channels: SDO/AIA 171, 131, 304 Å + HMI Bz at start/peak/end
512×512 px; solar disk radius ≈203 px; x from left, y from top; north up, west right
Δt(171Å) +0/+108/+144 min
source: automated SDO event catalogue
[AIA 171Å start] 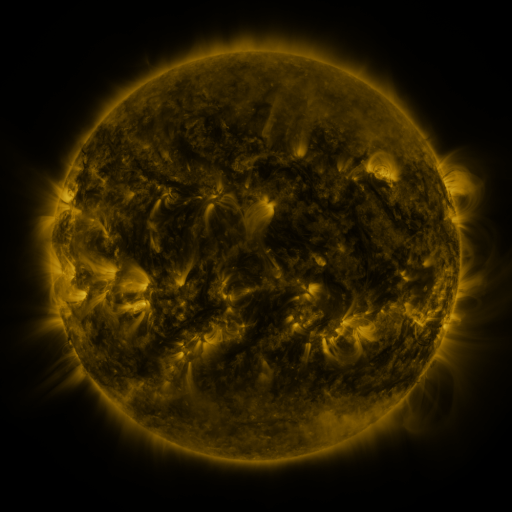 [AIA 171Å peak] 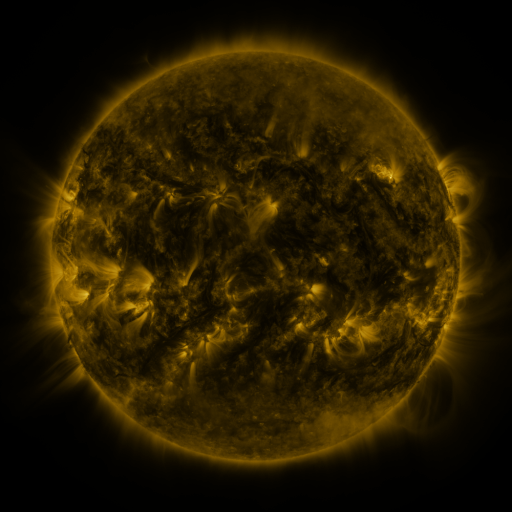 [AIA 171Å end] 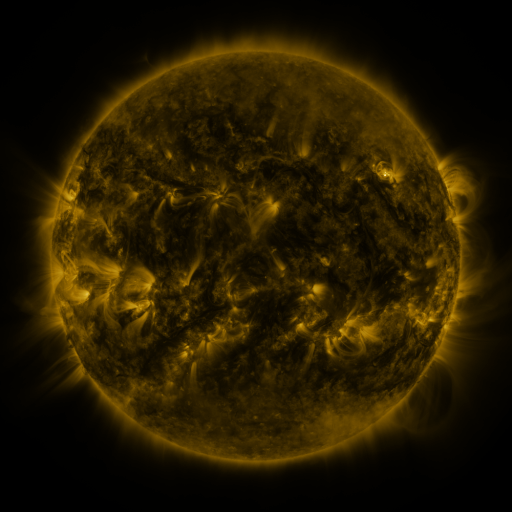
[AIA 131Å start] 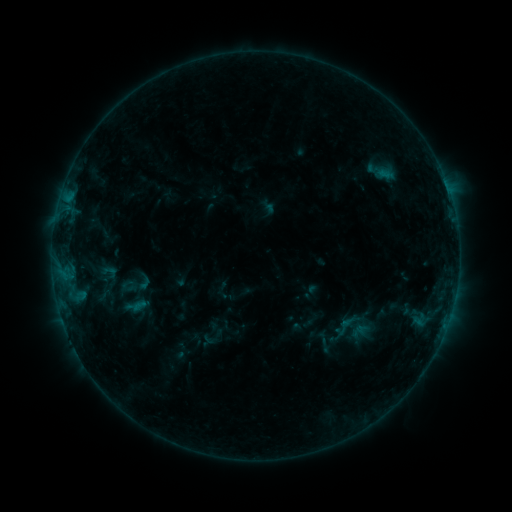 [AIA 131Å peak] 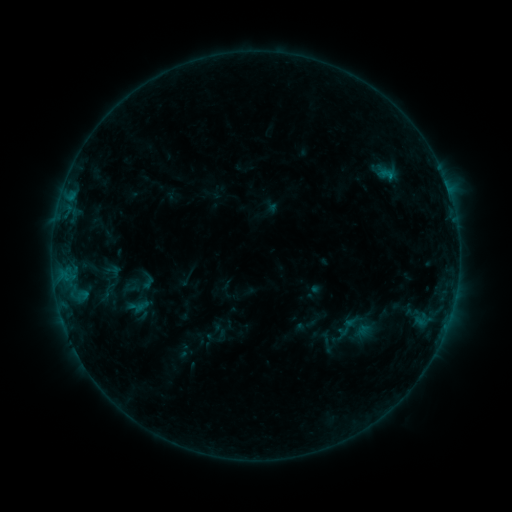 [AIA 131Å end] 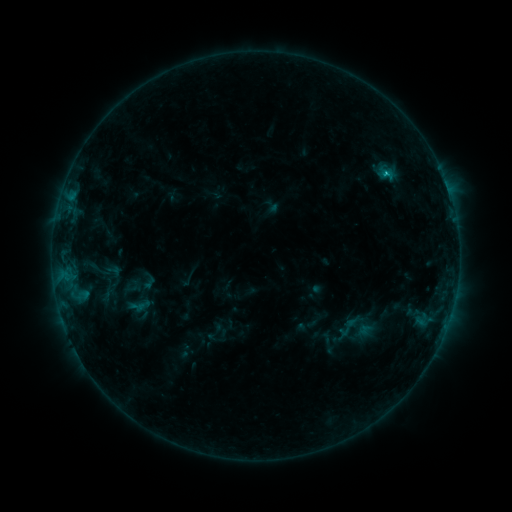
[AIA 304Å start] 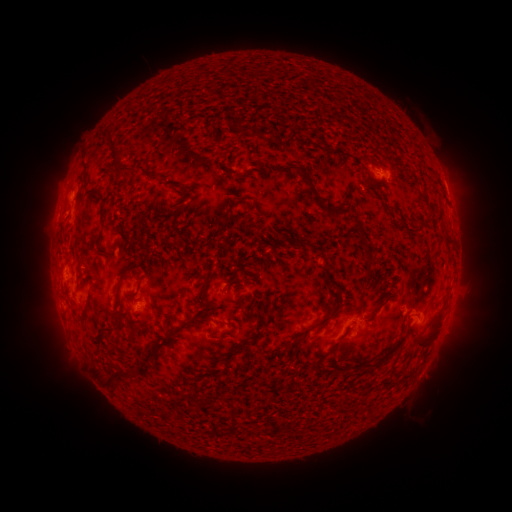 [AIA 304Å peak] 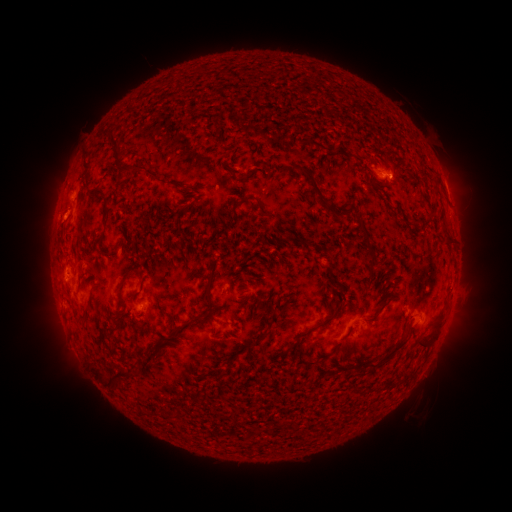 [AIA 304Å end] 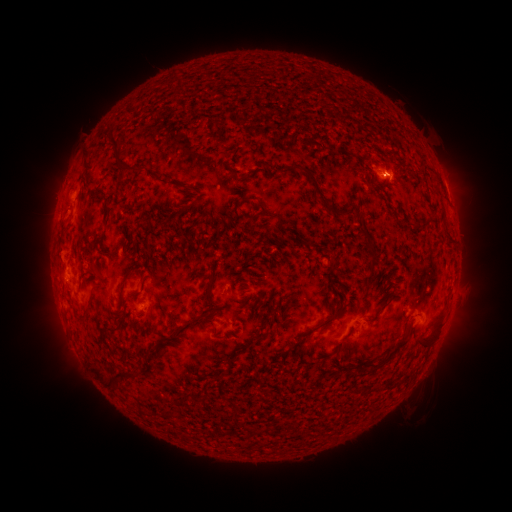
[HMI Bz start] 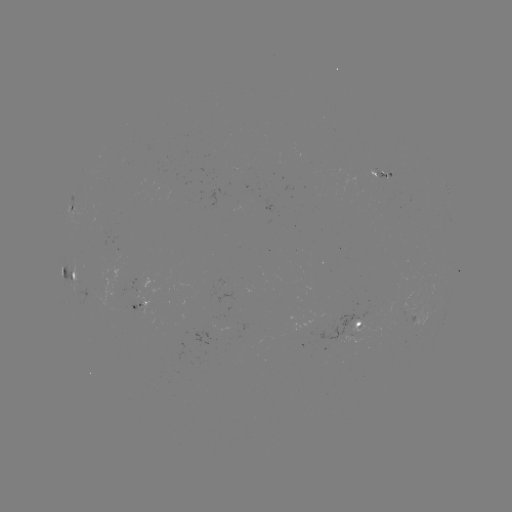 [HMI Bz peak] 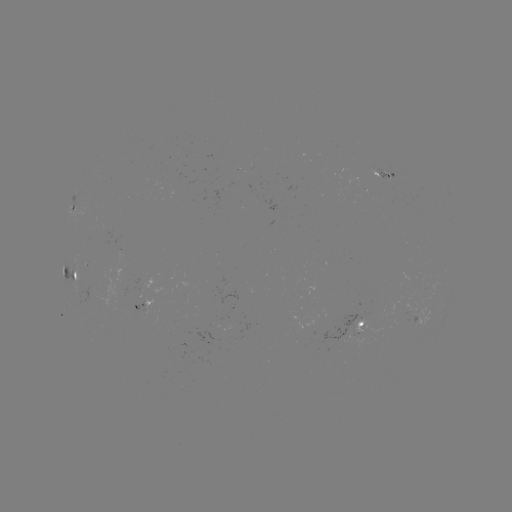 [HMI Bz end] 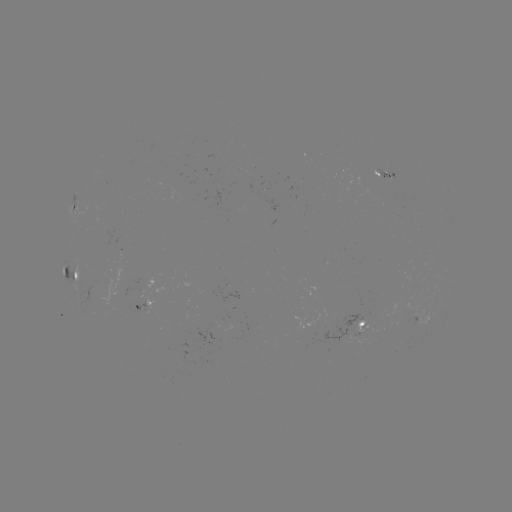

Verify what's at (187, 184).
emerging-flux region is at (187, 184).